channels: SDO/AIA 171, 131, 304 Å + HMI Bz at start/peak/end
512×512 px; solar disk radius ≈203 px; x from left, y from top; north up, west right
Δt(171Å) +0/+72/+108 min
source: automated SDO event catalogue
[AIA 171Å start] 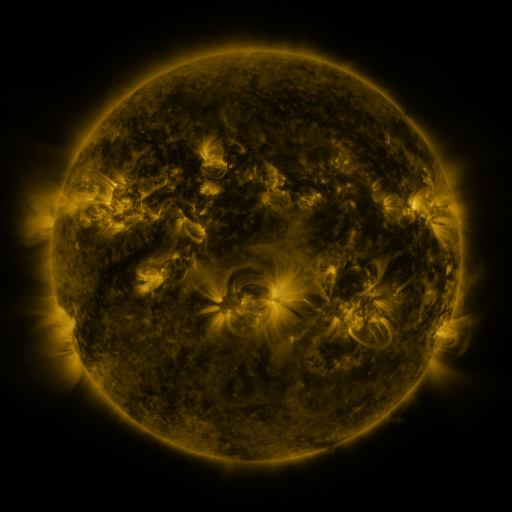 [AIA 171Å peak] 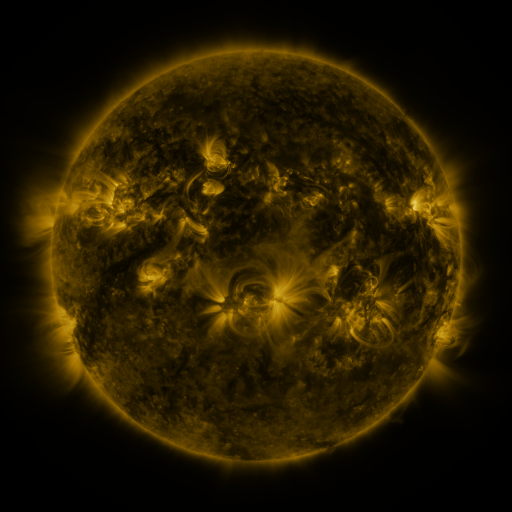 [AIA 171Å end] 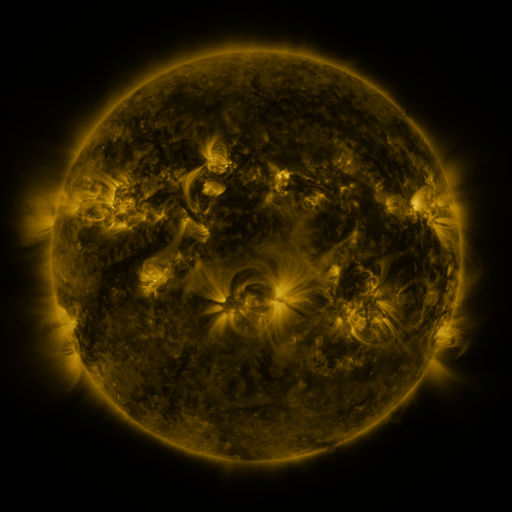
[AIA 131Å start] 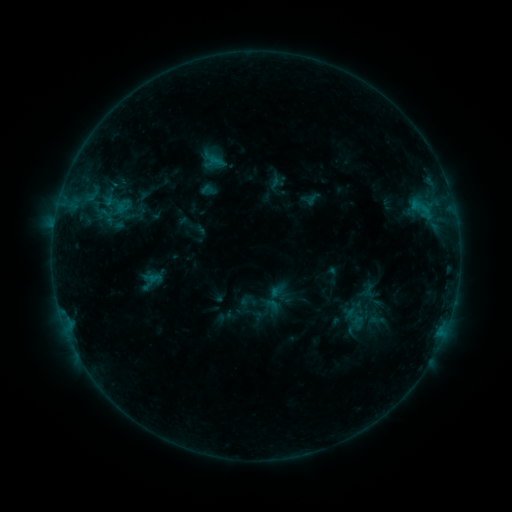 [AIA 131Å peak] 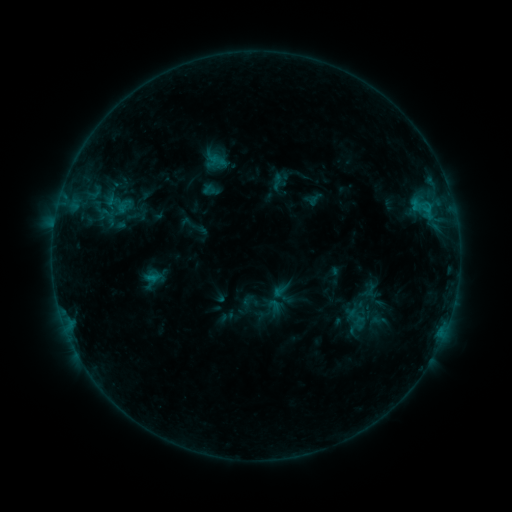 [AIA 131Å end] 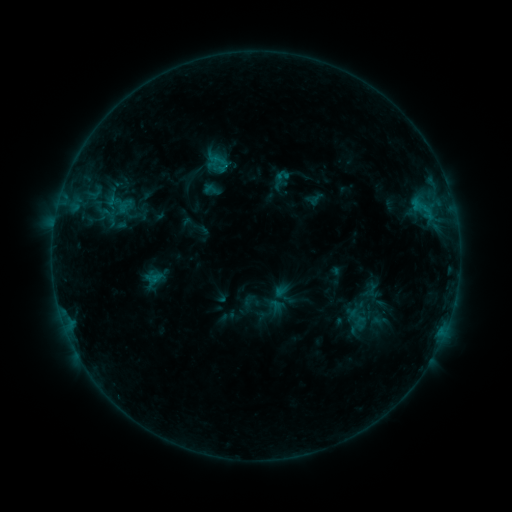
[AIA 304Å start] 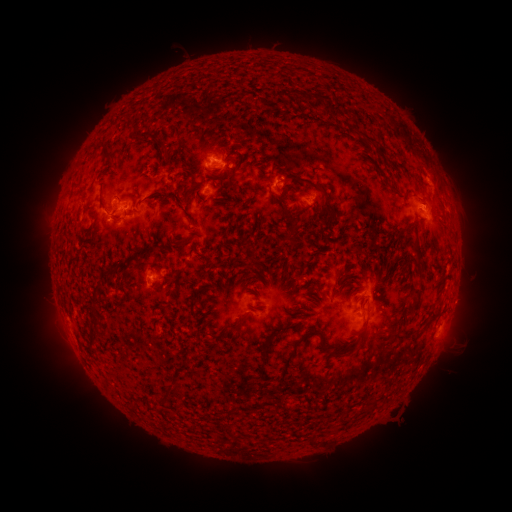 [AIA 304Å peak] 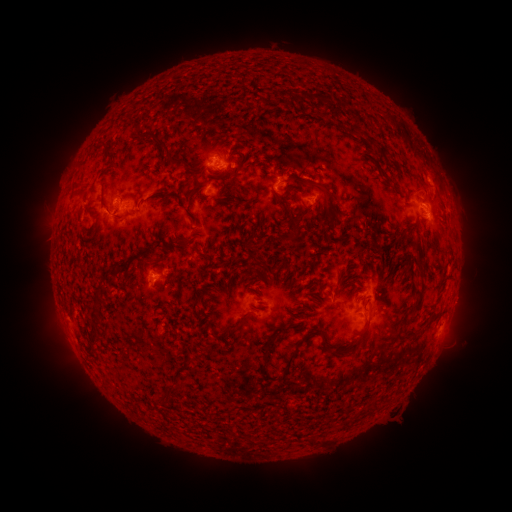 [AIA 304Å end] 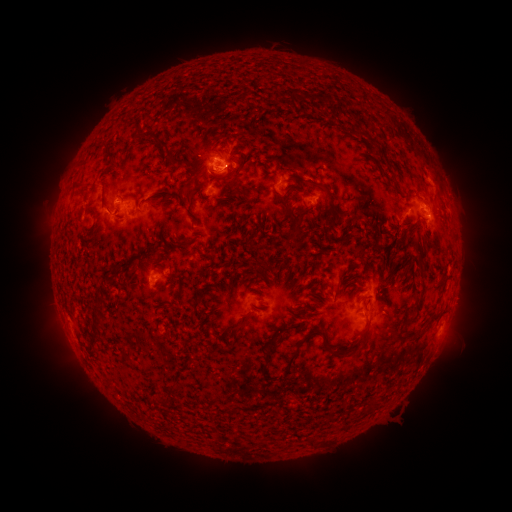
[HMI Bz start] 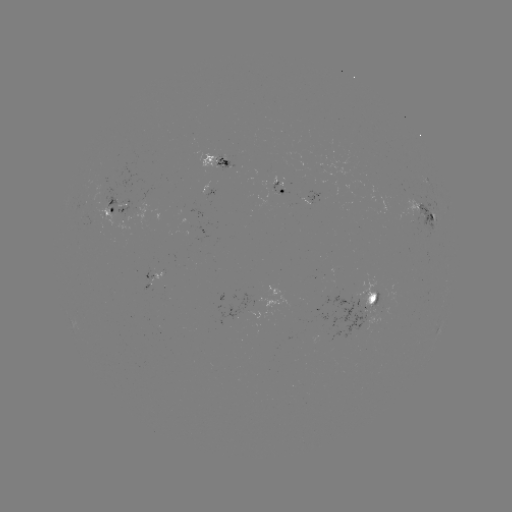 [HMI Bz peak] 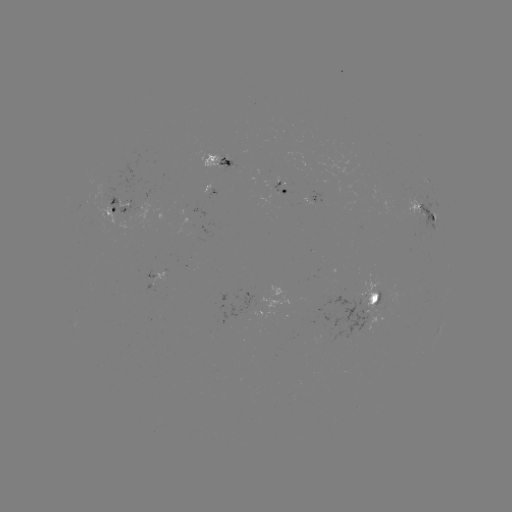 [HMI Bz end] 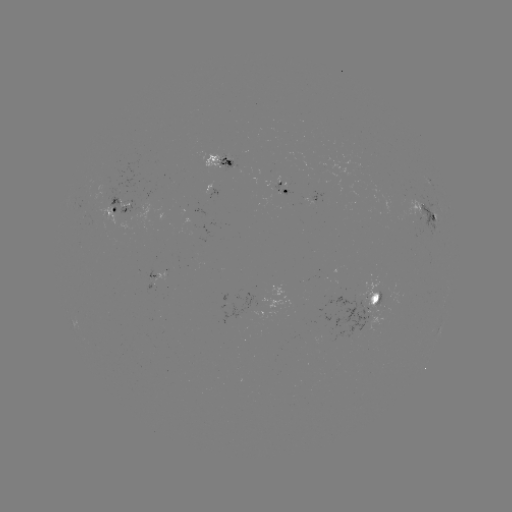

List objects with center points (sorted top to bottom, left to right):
emerging-flux region: (123, 199)
